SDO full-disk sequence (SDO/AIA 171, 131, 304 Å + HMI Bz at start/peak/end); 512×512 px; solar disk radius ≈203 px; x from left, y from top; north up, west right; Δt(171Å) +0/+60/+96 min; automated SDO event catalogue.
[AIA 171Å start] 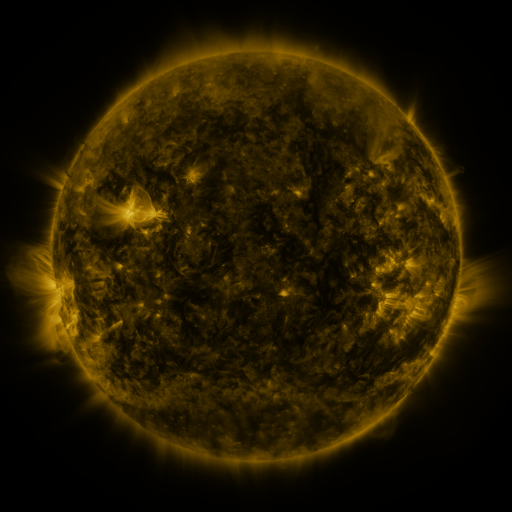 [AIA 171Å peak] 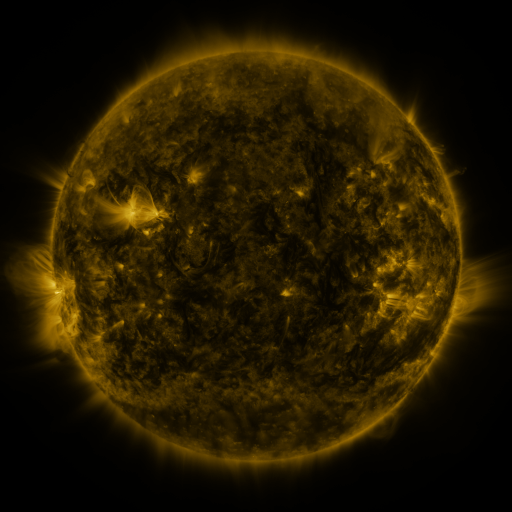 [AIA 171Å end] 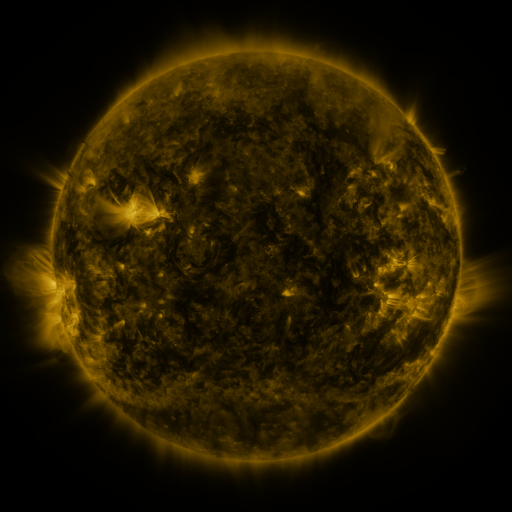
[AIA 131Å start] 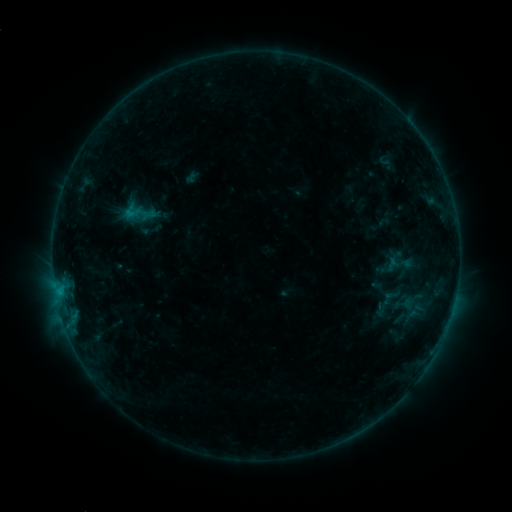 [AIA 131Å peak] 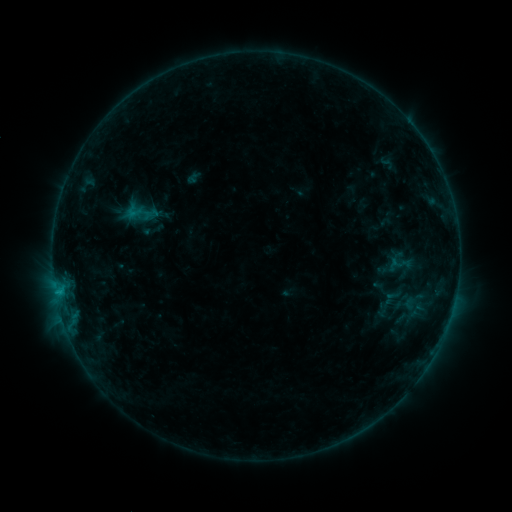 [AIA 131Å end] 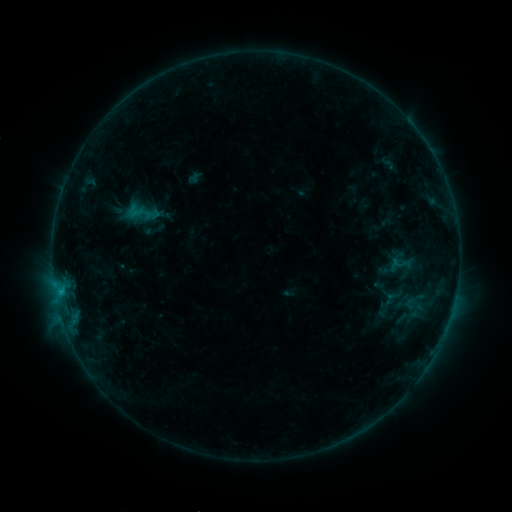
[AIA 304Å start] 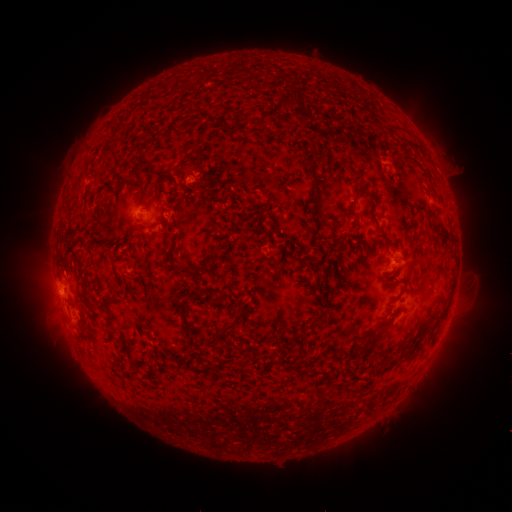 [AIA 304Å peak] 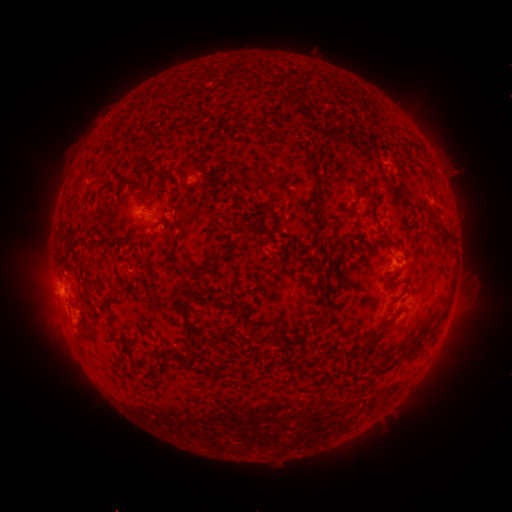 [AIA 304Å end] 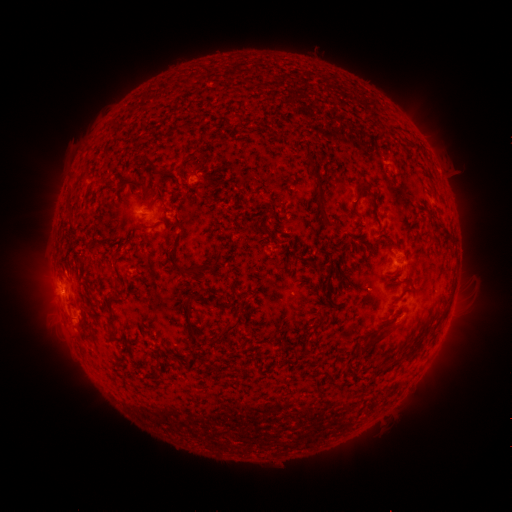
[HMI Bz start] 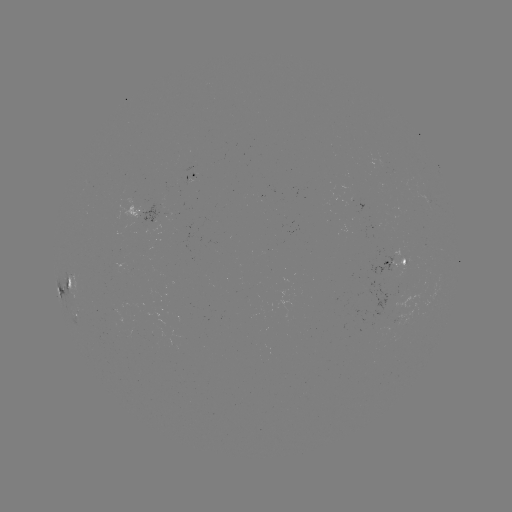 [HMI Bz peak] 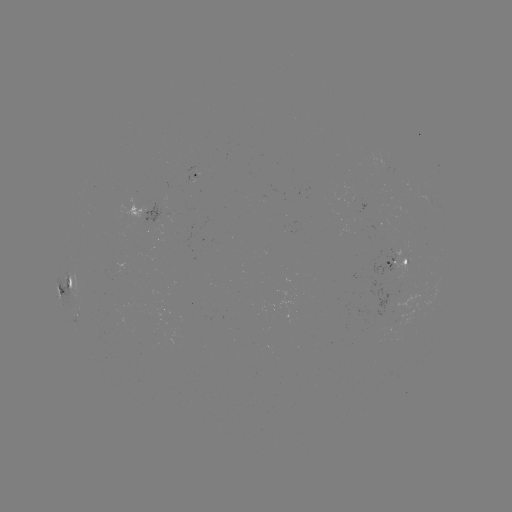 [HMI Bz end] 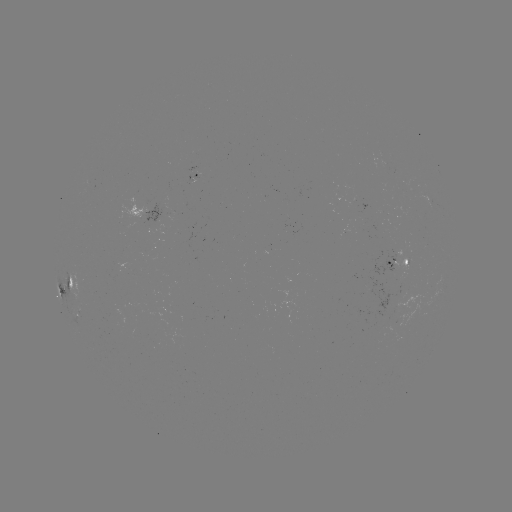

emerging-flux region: (395, 285, 425, 327)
